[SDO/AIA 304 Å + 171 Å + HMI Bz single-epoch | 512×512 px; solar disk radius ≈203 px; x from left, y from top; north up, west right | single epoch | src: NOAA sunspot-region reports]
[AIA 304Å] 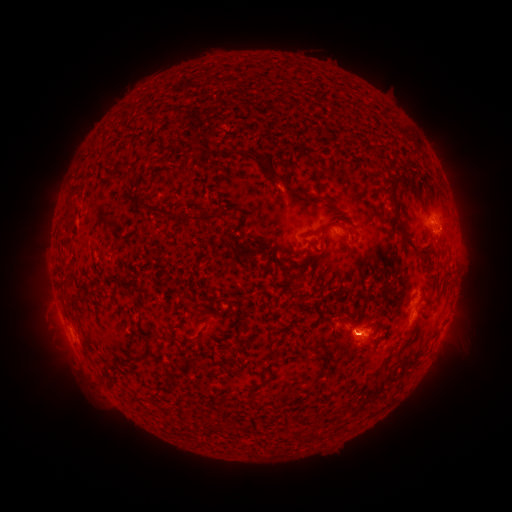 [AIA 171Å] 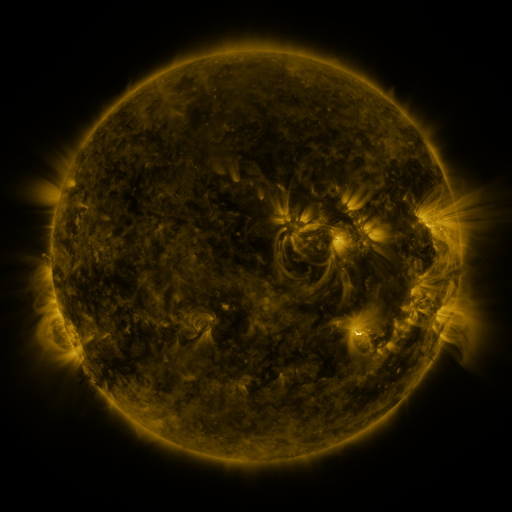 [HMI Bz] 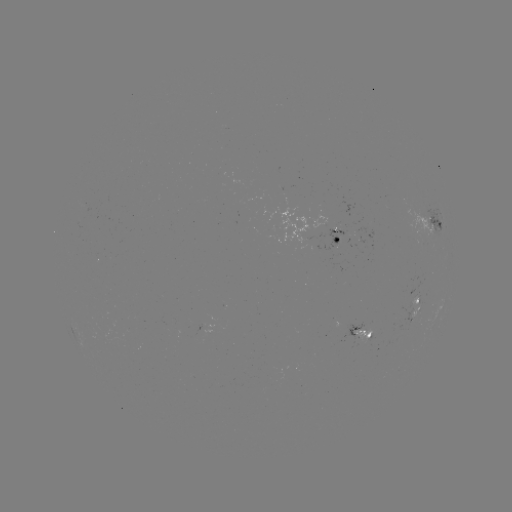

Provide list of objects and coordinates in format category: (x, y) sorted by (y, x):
spotted active region: (429, 230)
spotted active region: (330, 237)
spotted active region: (418, 305)
spotted active region: (359, 332)
